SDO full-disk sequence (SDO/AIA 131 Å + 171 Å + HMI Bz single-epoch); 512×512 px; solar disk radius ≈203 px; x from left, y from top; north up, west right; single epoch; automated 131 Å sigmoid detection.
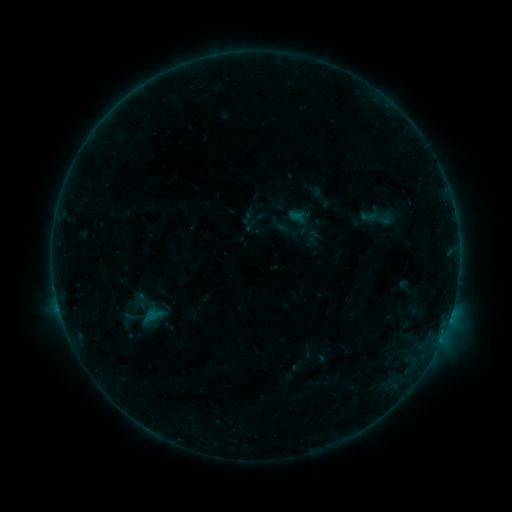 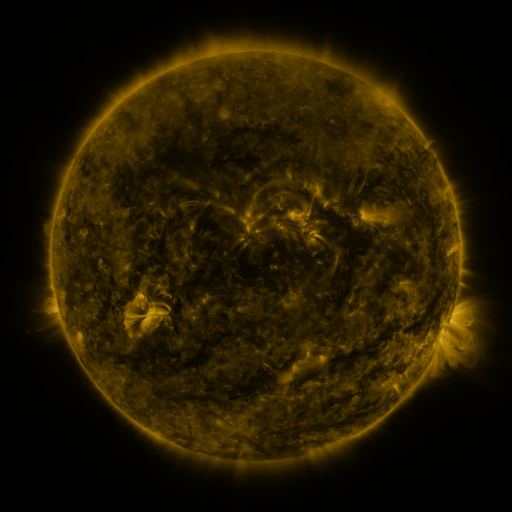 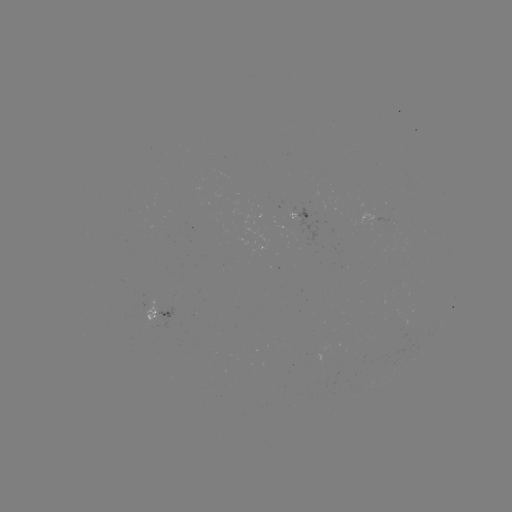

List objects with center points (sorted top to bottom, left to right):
sigmoid: [356, 204, 385, 226]
sigmoid: [374, 210, 396, 227]
